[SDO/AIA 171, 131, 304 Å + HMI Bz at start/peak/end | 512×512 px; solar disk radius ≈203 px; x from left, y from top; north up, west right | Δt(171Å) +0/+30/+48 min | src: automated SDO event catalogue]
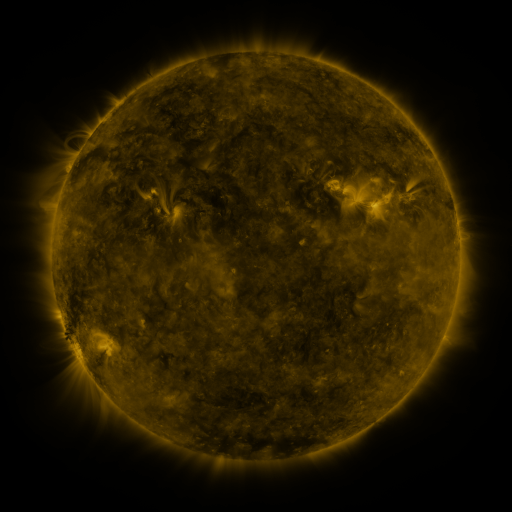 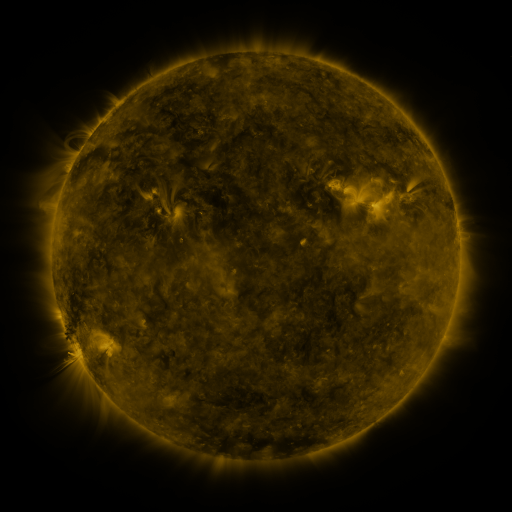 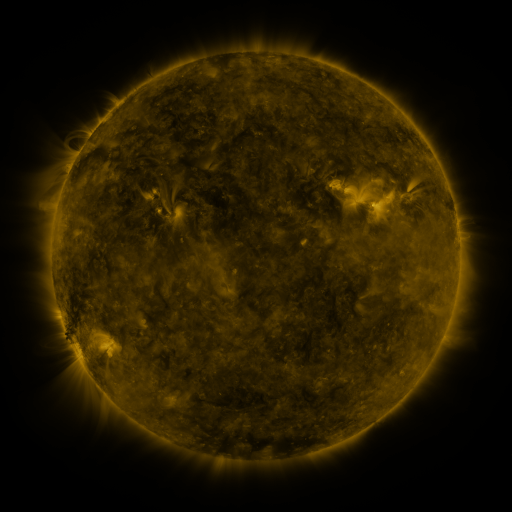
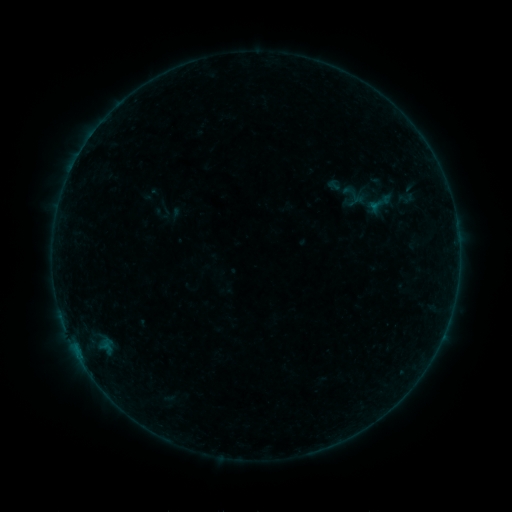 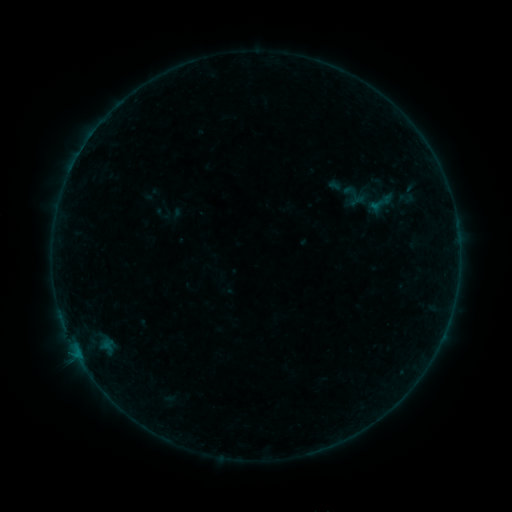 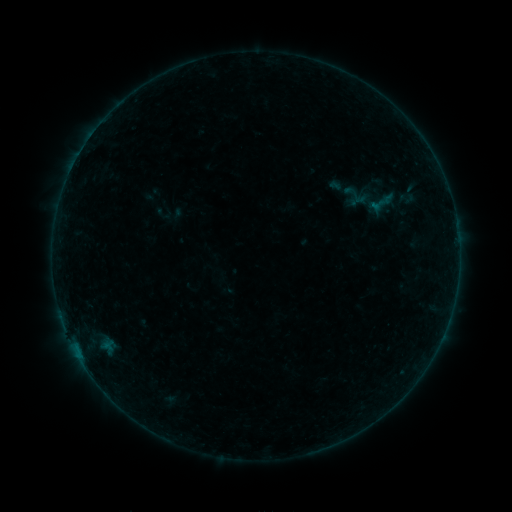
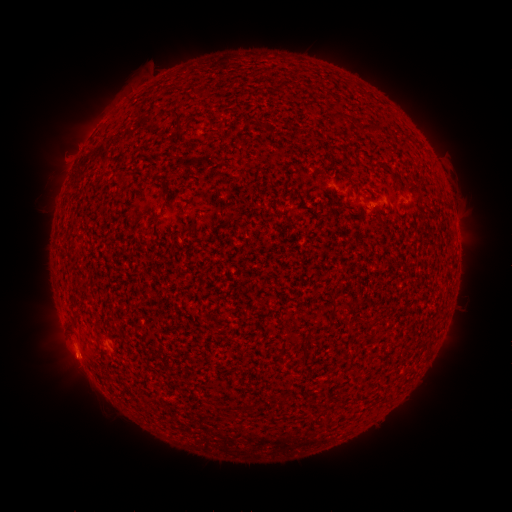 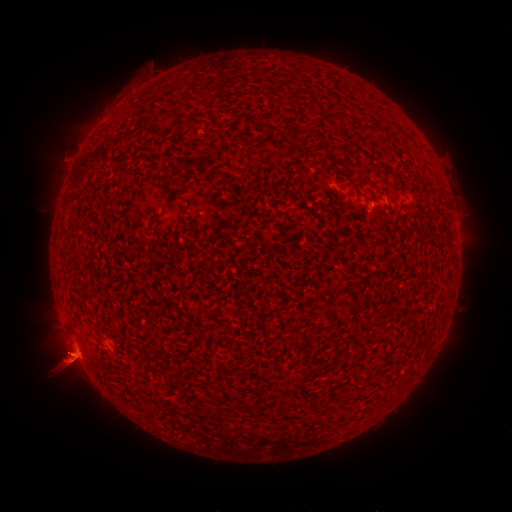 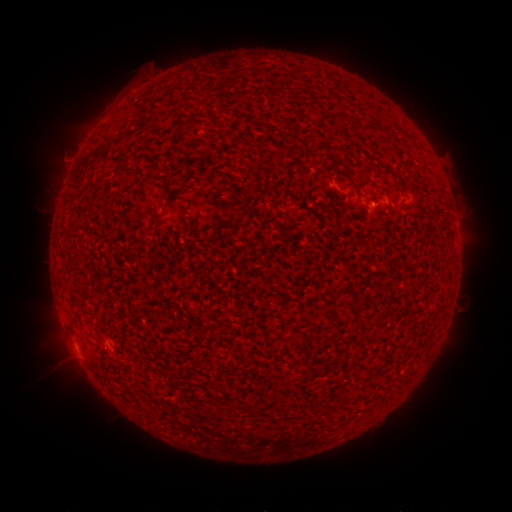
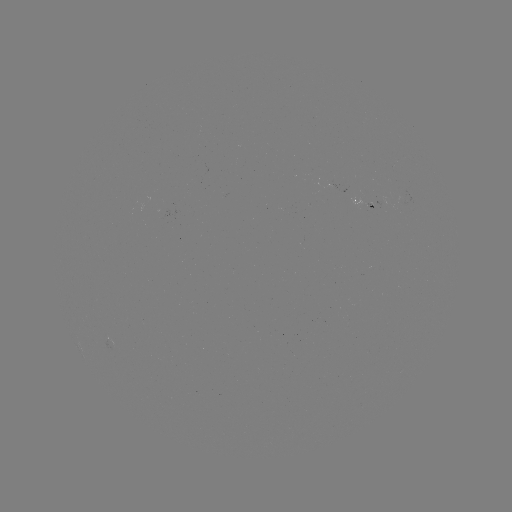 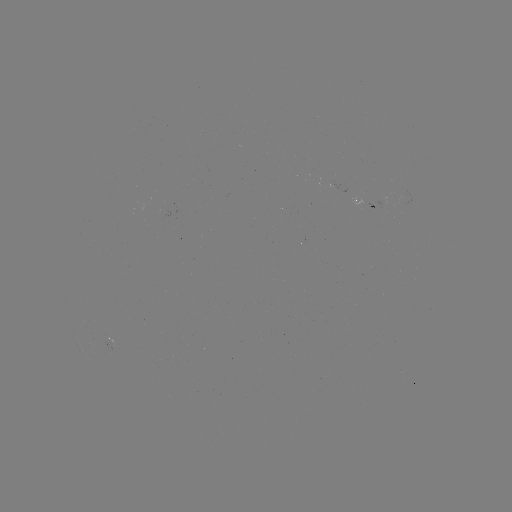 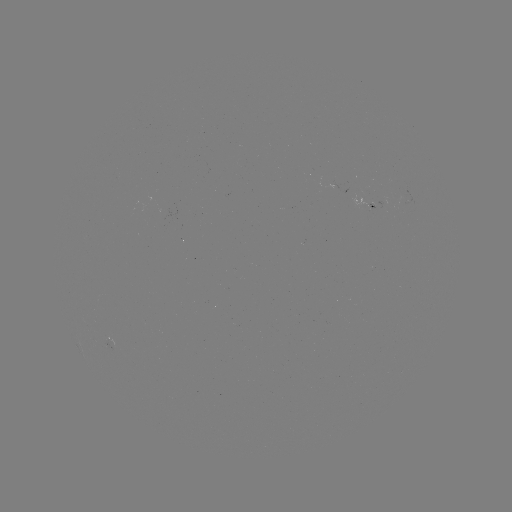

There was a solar flare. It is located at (79, 349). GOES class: B1.2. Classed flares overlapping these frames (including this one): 1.